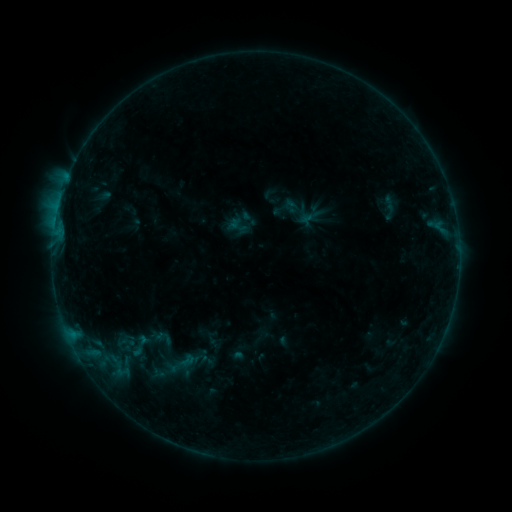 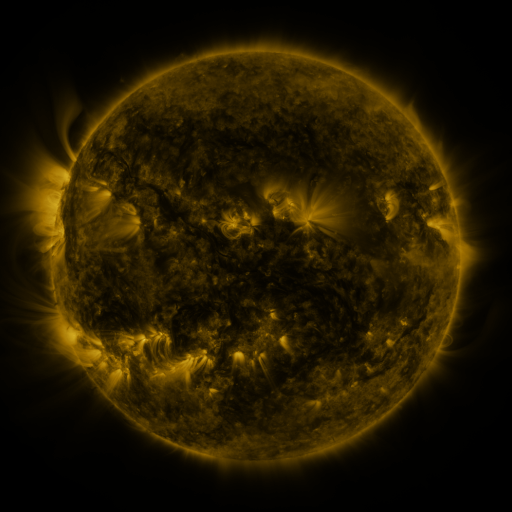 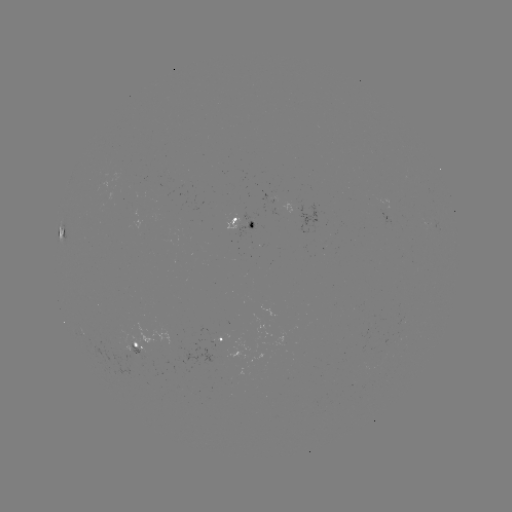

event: sigmoid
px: (186, 360)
